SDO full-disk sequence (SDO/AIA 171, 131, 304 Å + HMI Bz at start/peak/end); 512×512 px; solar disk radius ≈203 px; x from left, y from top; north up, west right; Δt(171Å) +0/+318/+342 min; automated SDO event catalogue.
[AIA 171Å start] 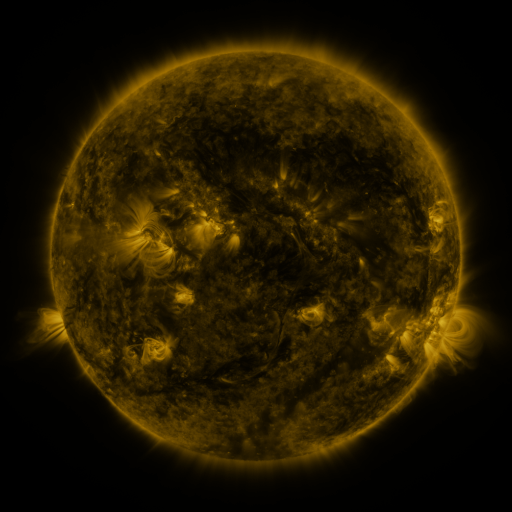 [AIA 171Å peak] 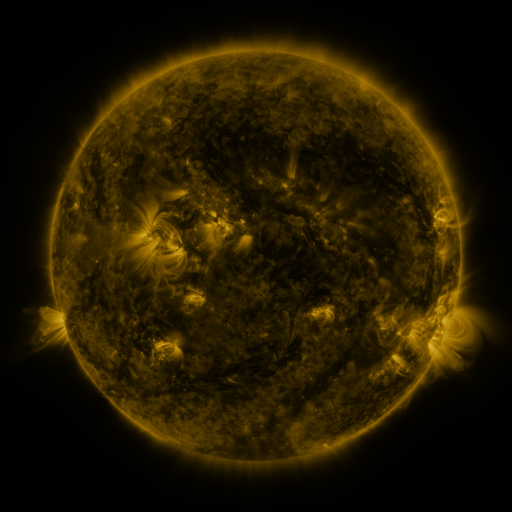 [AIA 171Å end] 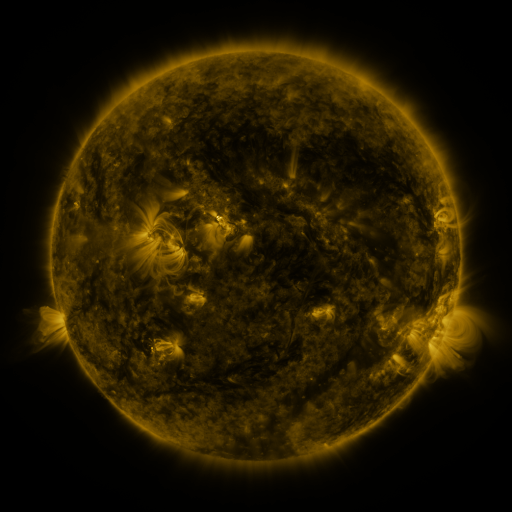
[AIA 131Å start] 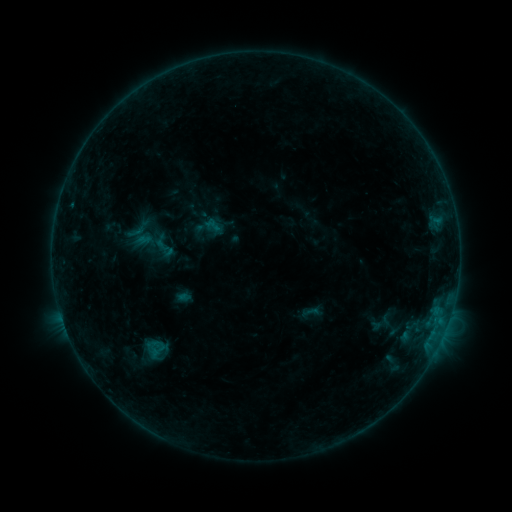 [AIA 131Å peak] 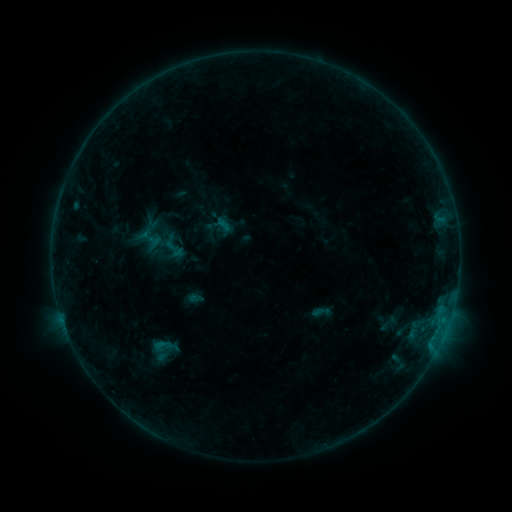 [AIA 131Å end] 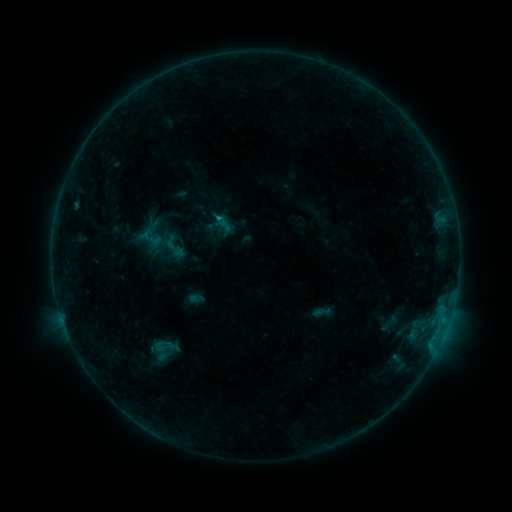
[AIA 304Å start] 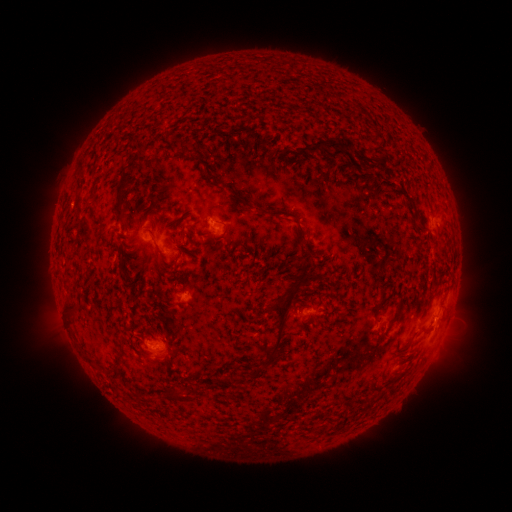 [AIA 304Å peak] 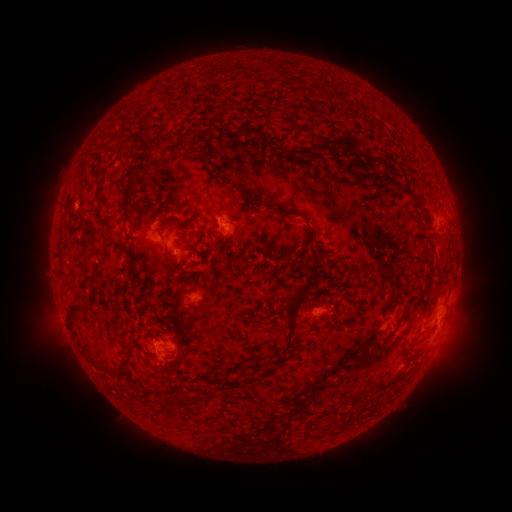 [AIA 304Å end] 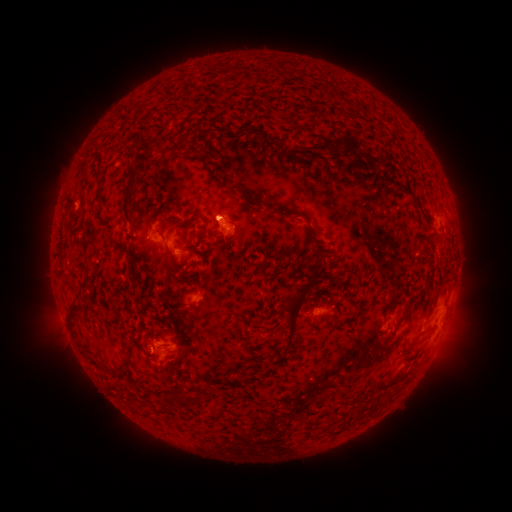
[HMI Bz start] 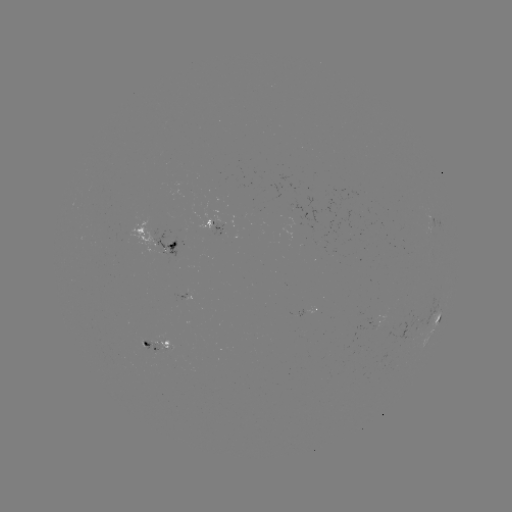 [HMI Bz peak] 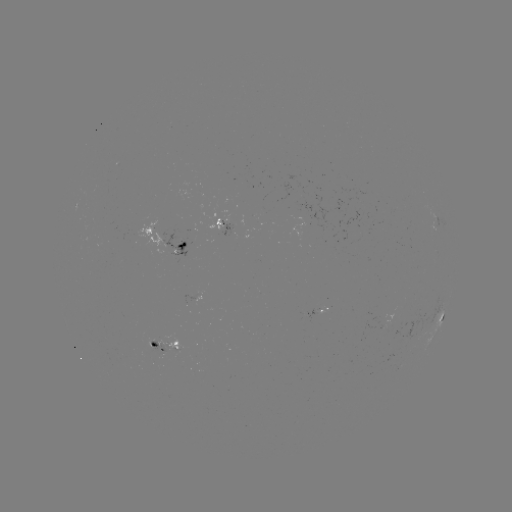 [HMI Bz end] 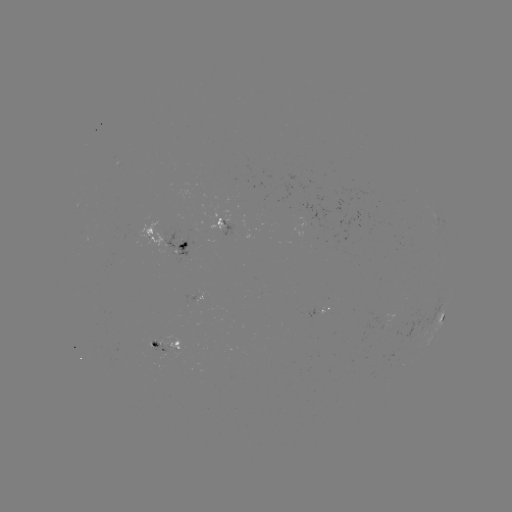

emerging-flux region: [314, 307, 327, 315]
